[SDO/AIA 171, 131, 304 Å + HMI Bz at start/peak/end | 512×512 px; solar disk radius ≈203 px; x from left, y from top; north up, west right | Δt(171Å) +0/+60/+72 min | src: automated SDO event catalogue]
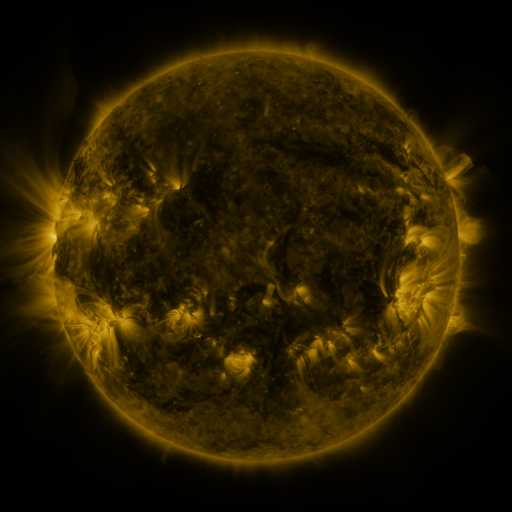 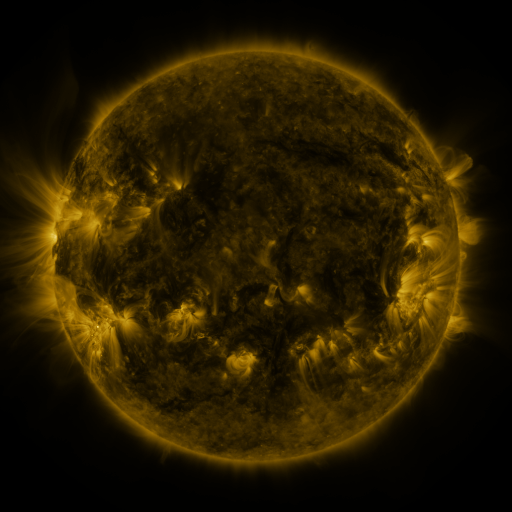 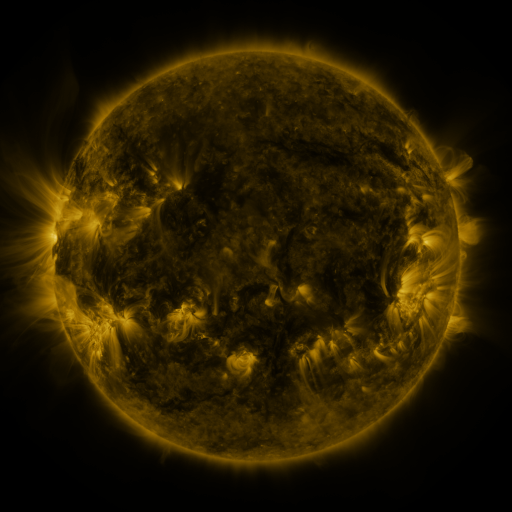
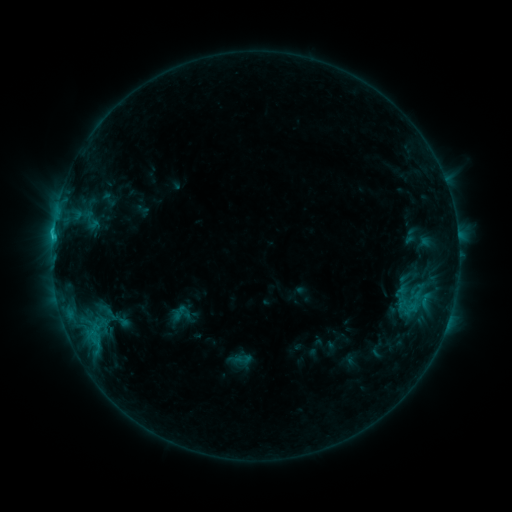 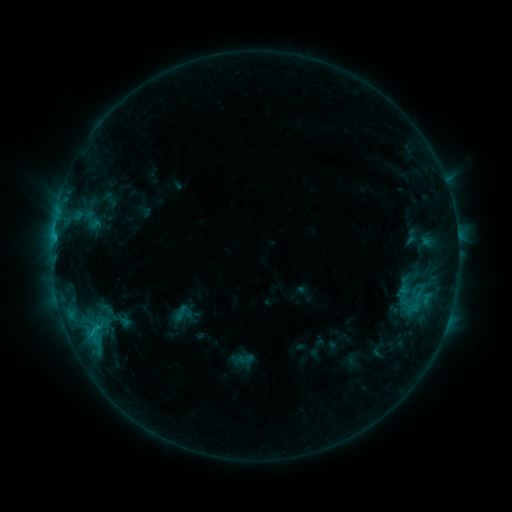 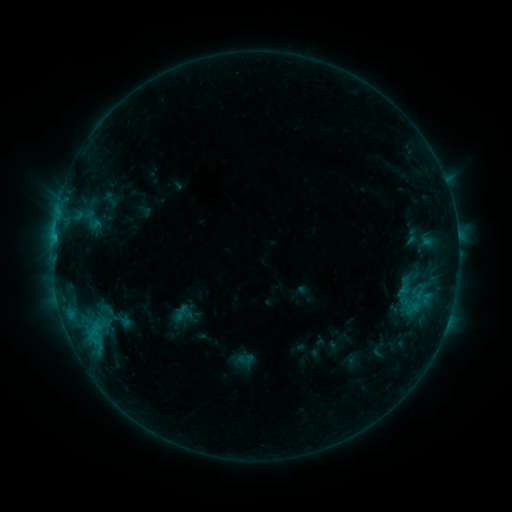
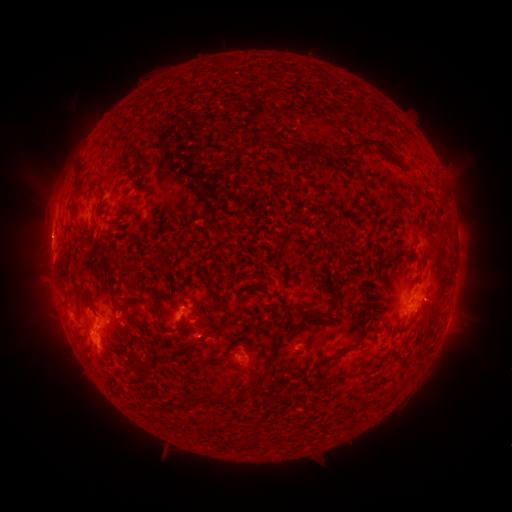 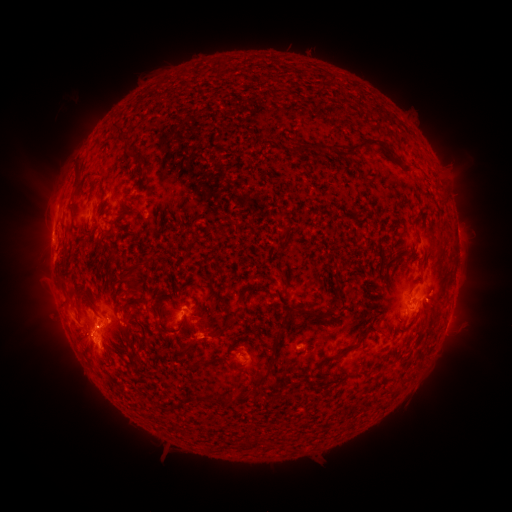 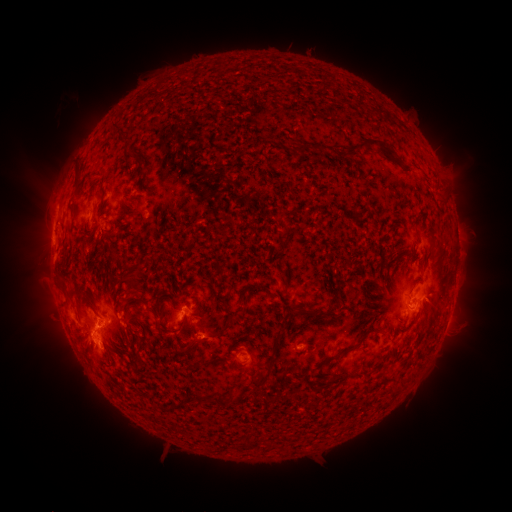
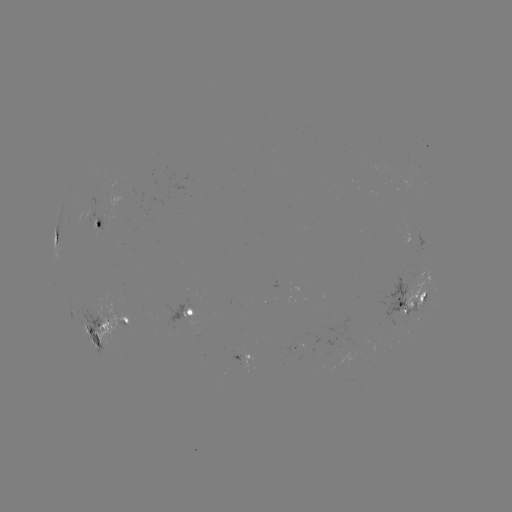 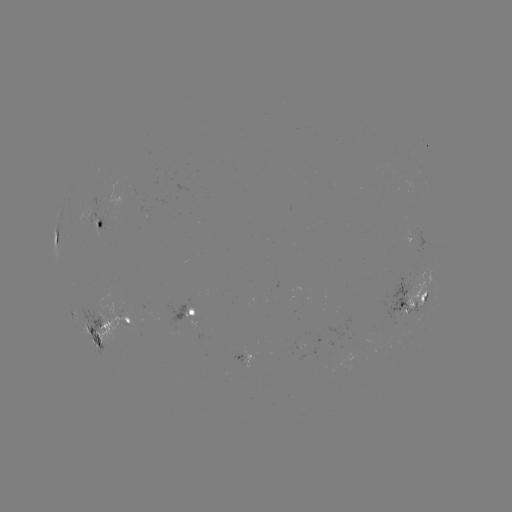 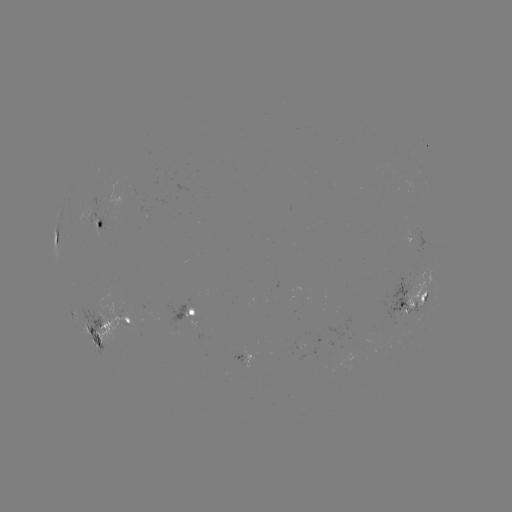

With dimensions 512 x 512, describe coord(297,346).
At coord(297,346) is emerging-flux region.